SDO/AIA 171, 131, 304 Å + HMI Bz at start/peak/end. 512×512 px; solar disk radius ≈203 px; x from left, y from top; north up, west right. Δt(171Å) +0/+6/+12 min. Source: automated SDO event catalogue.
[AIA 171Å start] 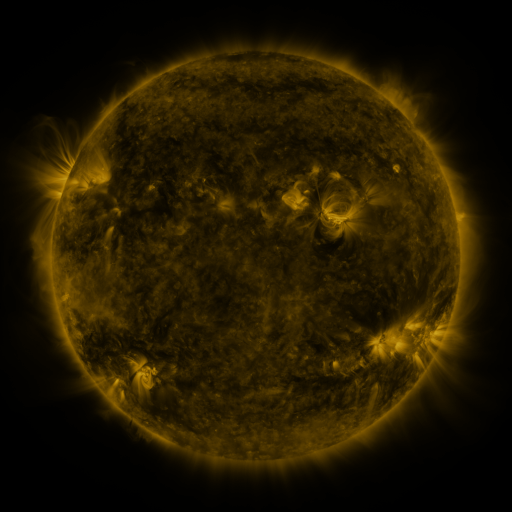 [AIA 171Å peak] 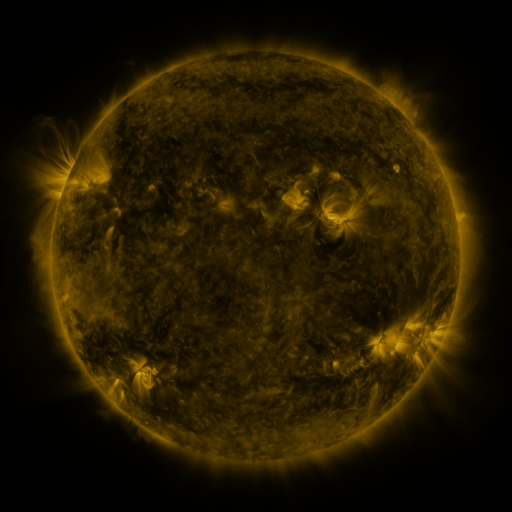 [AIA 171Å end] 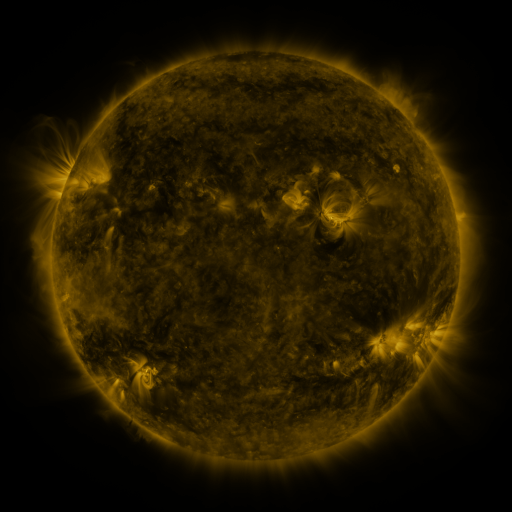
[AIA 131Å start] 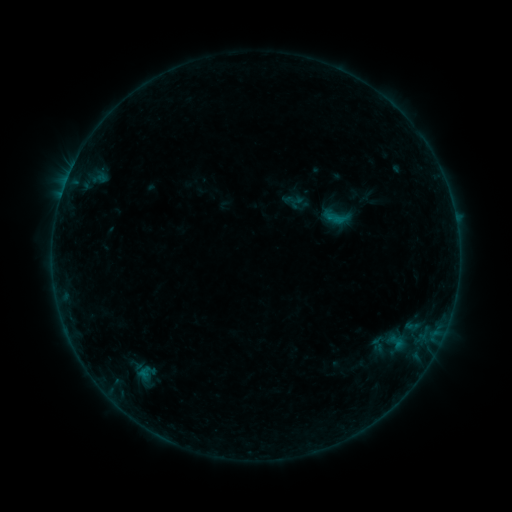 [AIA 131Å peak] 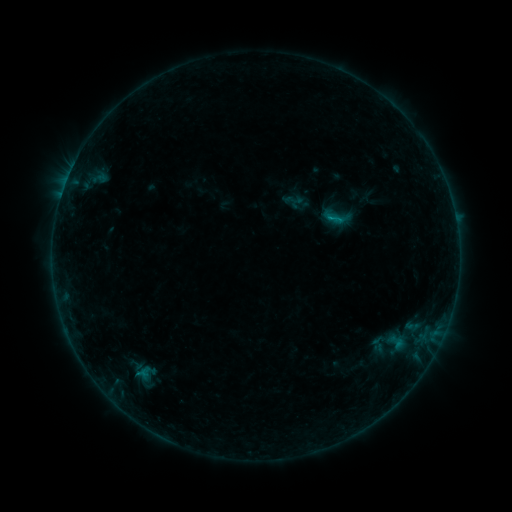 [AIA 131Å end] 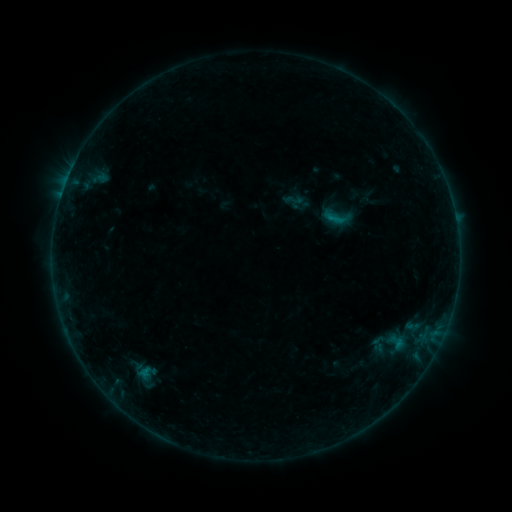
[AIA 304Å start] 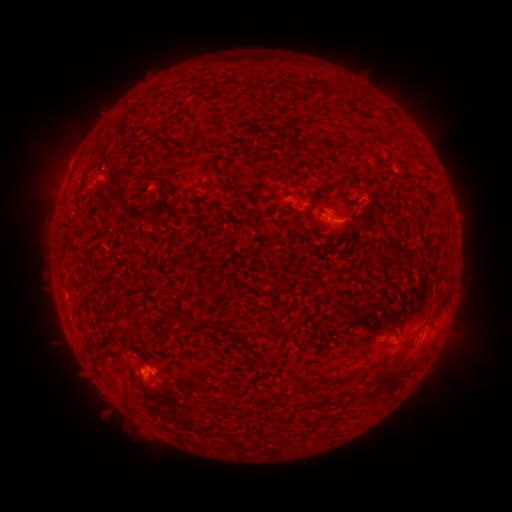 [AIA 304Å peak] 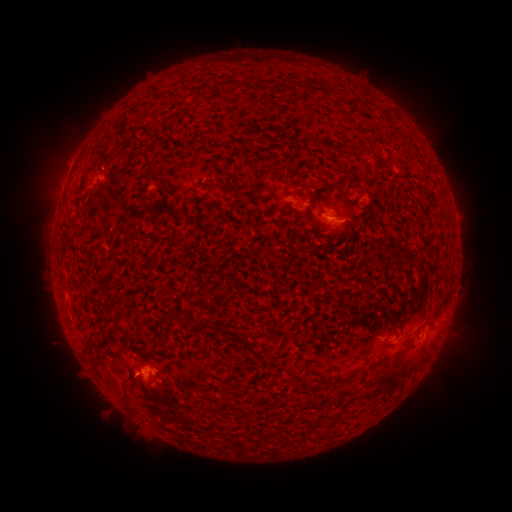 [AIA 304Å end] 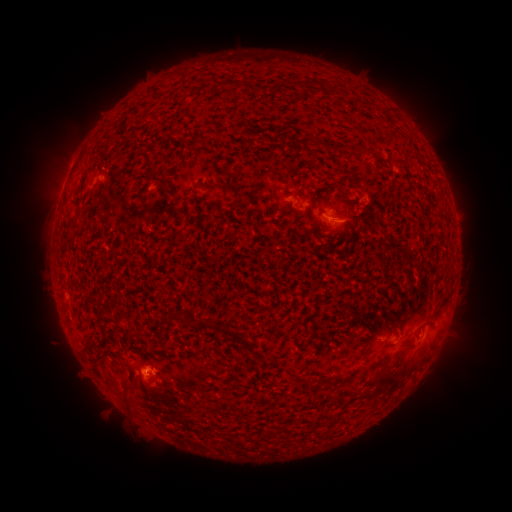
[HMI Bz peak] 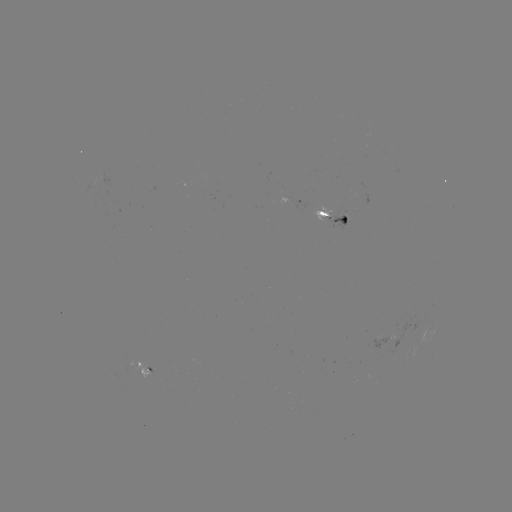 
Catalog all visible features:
B3.1 flare: (330, 219)
